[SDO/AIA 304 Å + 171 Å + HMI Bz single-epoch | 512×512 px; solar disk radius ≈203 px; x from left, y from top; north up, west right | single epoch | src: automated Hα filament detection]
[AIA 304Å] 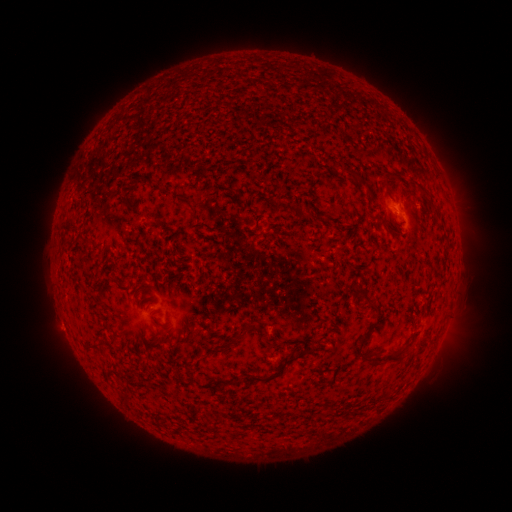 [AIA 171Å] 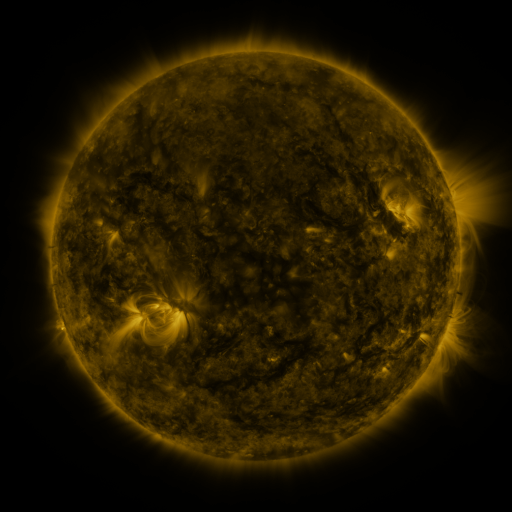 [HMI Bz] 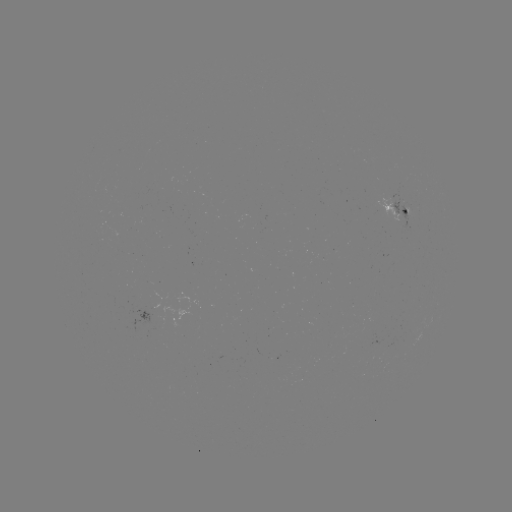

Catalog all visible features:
filament: (356, 175)
filament: (139, 178)
filament: (386, 181)
filament: (424, 195)
filament: (130, 201)
filament: (189, 202)
filament: (307, 217)
filament: (363, 296)
filament: (240, 332)
filament: (97, 343)
filament: (359, 349)
filament: (392, 357)
filament: (273, 375)
